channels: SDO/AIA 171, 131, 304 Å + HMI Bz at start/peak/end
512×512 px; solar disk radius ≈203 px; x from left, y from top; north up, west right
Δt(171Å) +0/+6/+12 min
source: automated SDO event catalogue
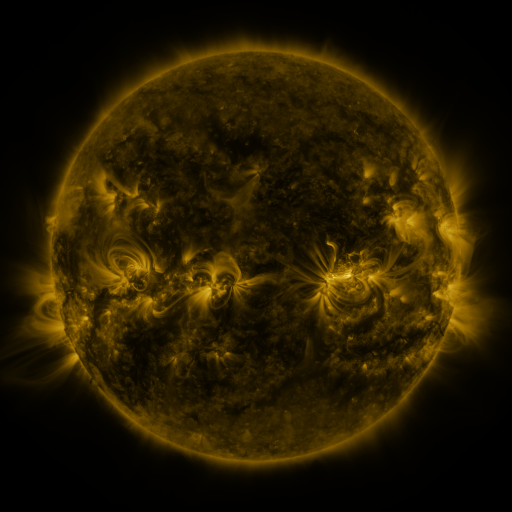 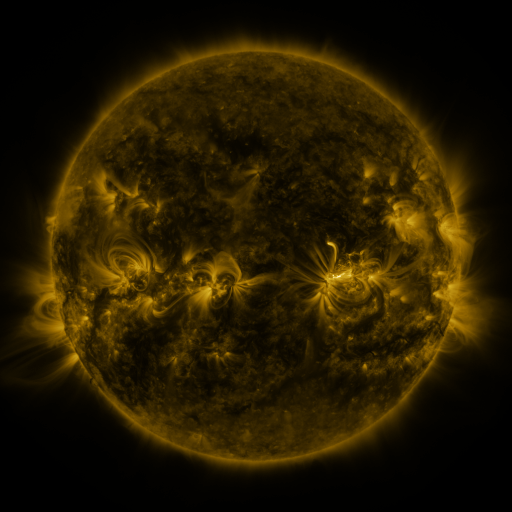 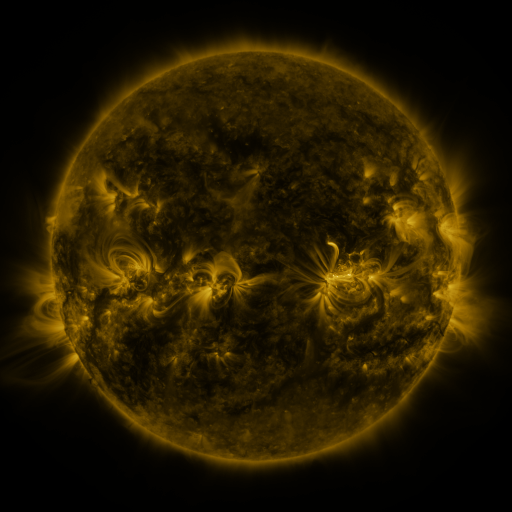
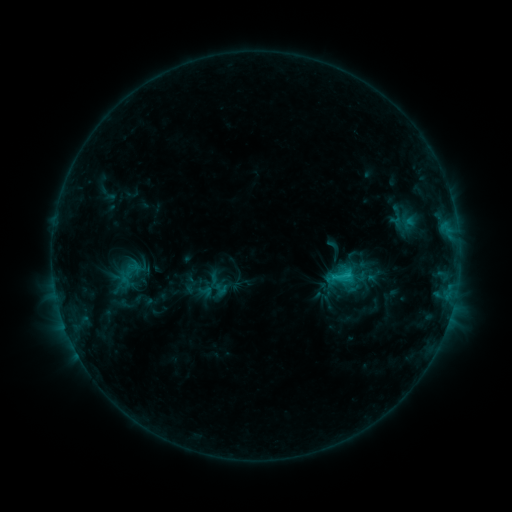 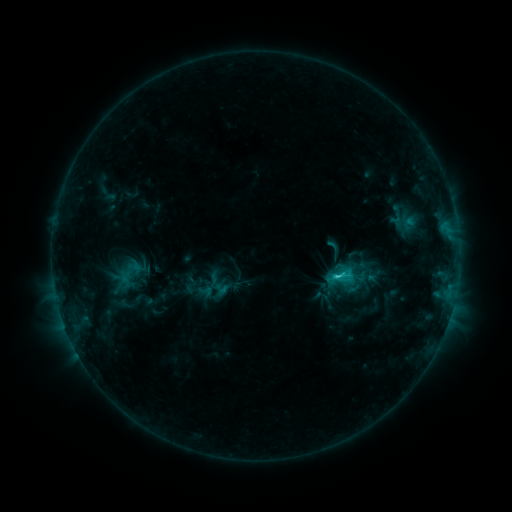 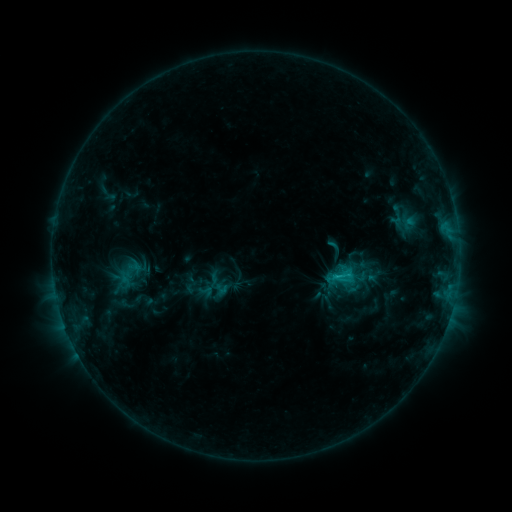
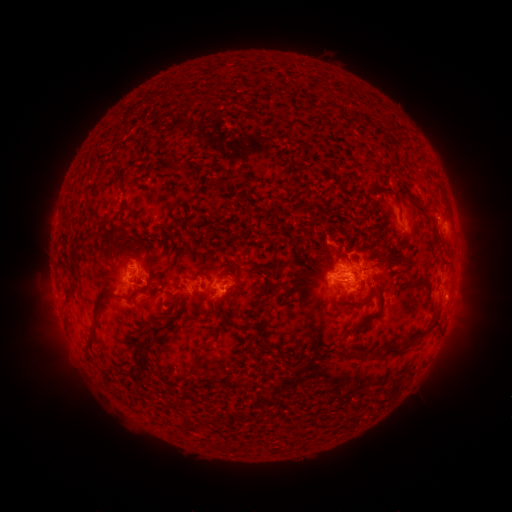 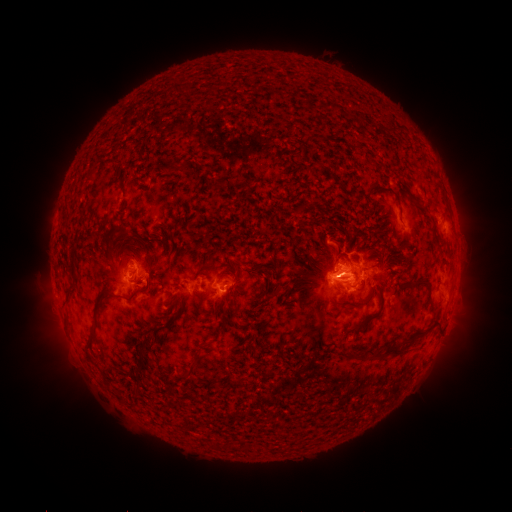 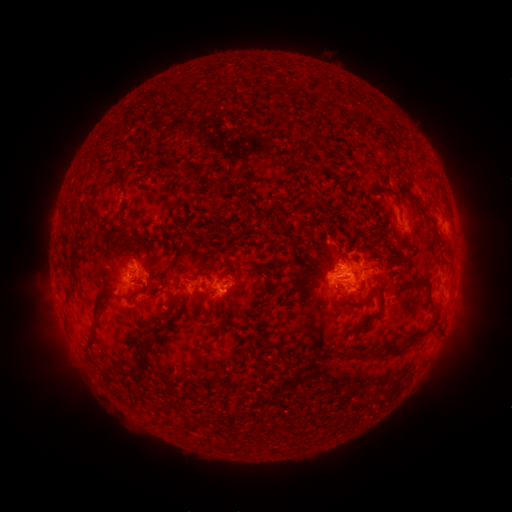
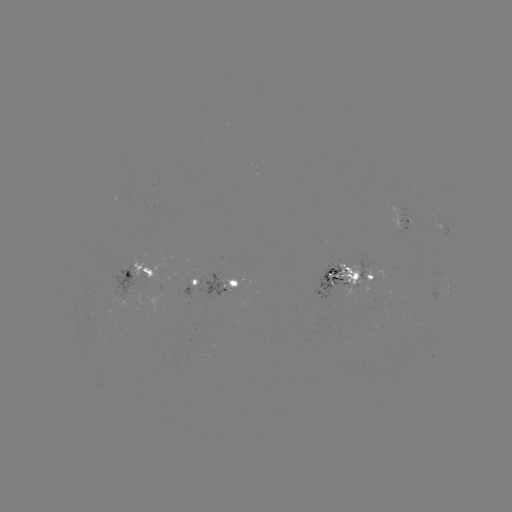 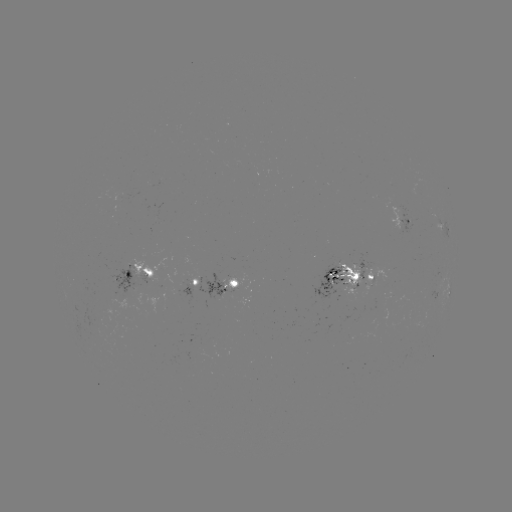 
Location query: C1.7 flare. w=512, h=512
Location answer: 337,276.